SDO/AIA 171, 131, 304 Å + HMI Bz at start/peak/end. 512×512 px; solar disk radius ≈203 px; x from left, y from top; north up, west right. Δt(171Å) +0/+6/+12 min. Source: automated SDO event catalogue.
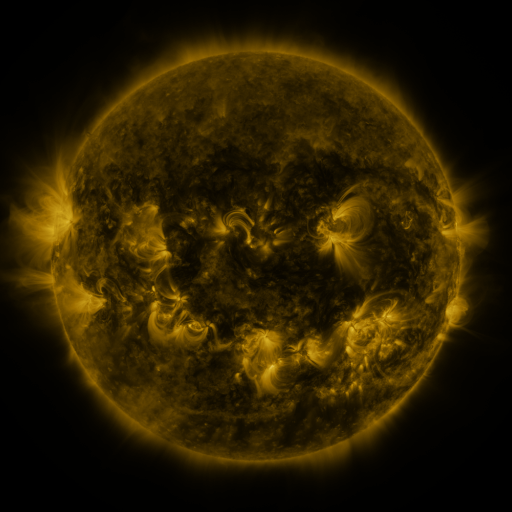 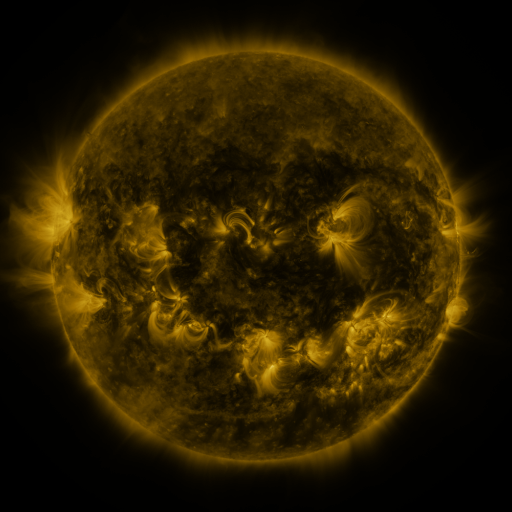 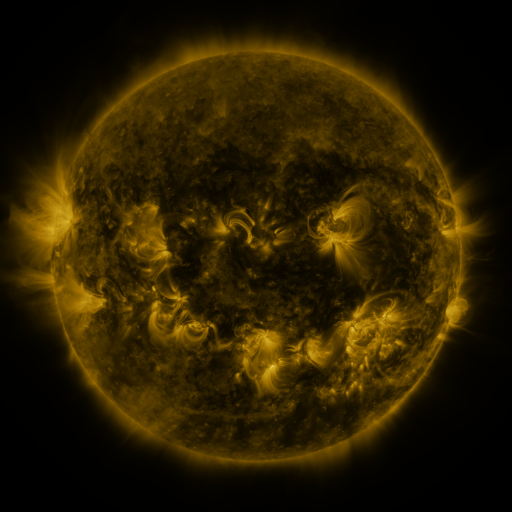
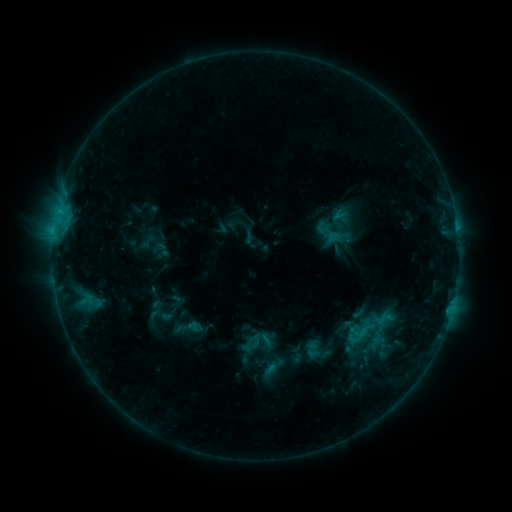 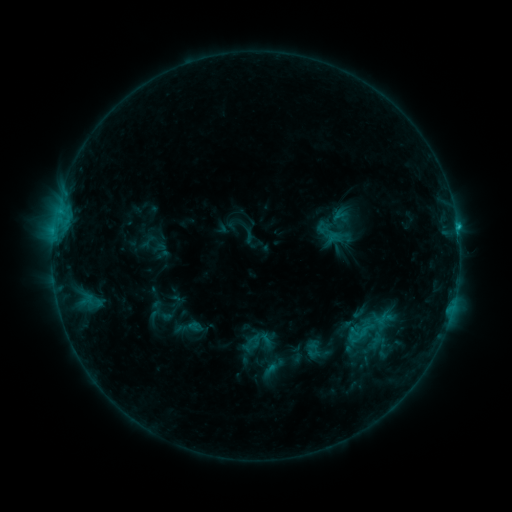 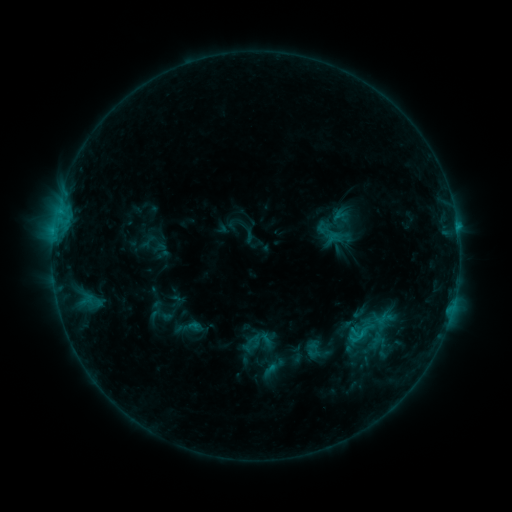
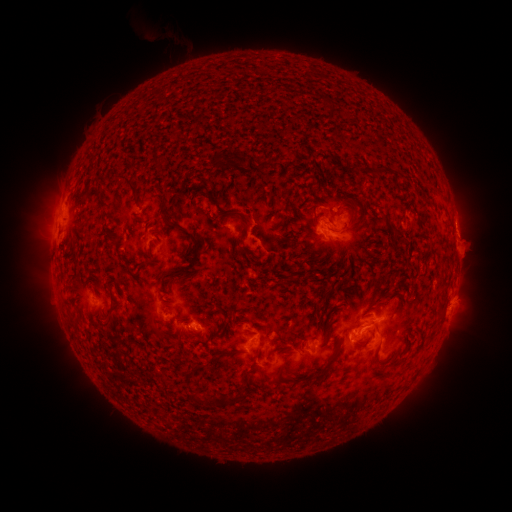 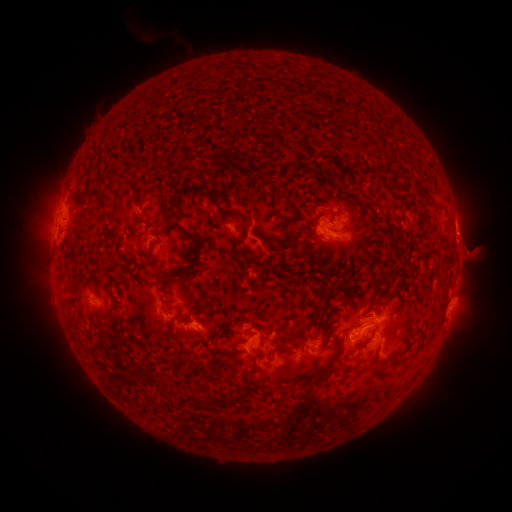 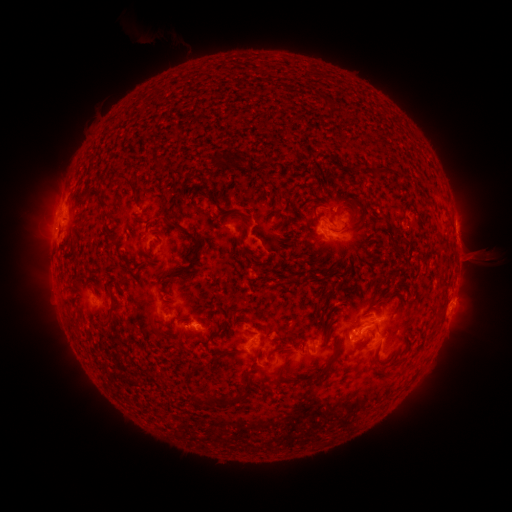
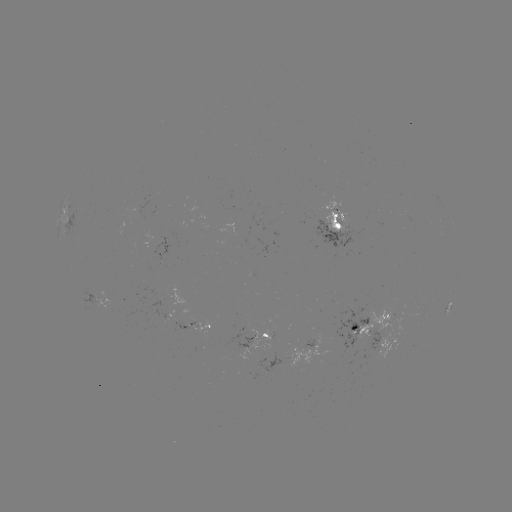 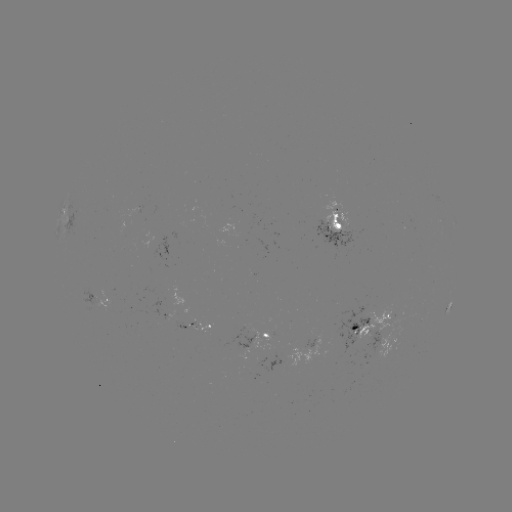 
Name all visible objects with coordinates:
eruption: (478, 255)
